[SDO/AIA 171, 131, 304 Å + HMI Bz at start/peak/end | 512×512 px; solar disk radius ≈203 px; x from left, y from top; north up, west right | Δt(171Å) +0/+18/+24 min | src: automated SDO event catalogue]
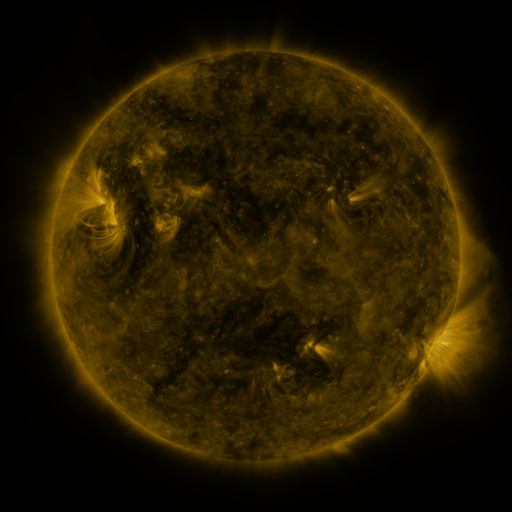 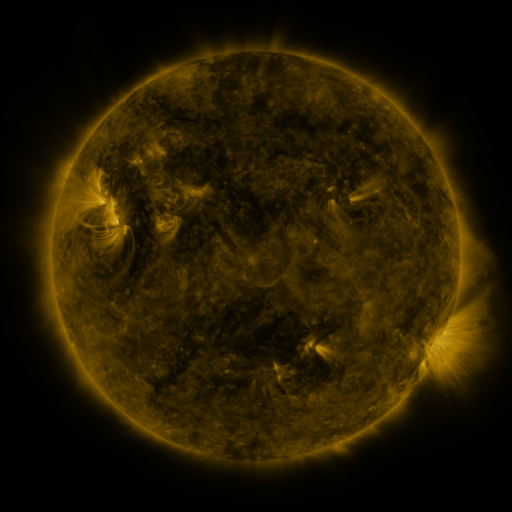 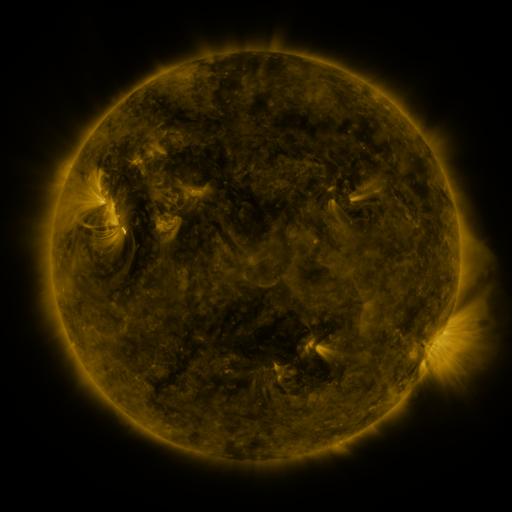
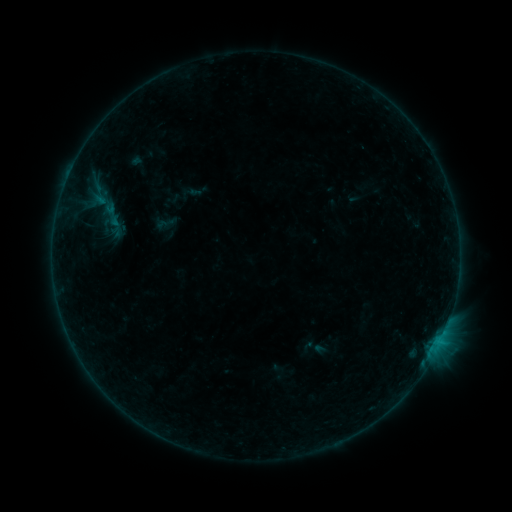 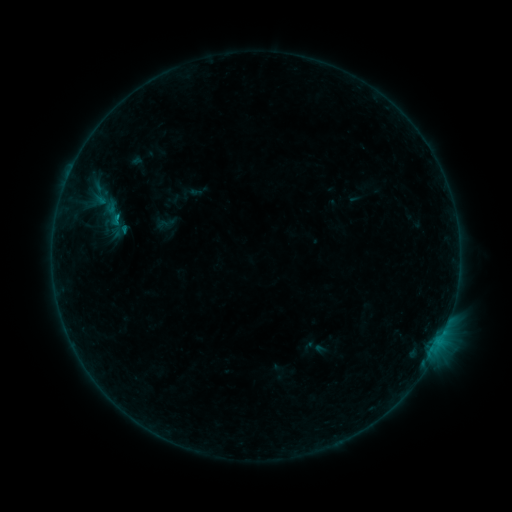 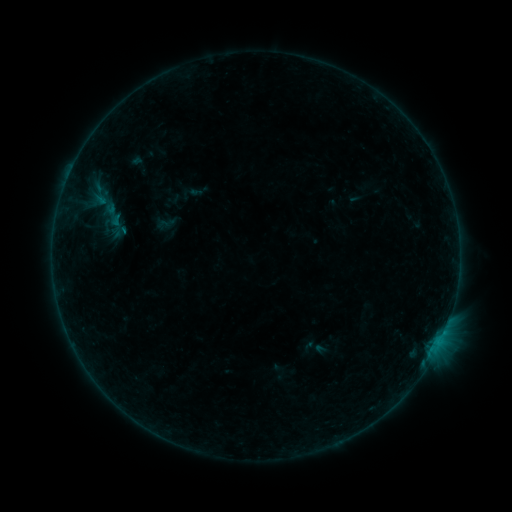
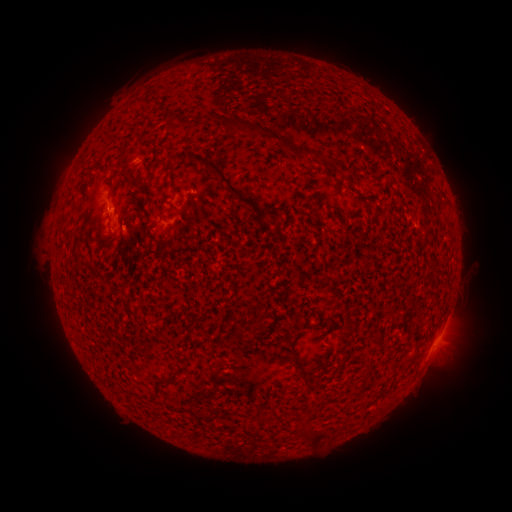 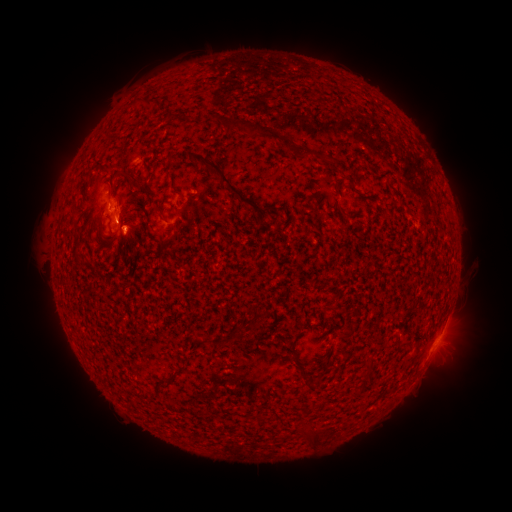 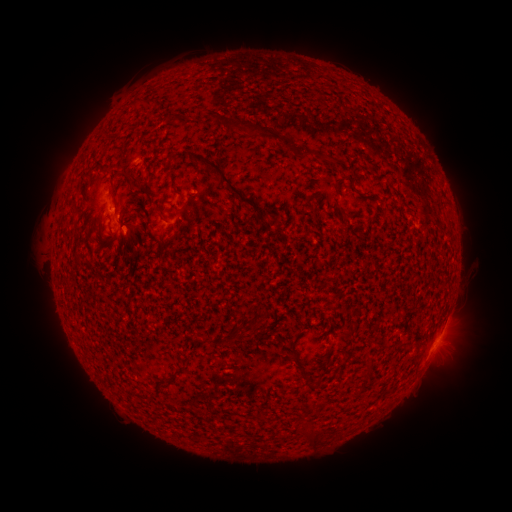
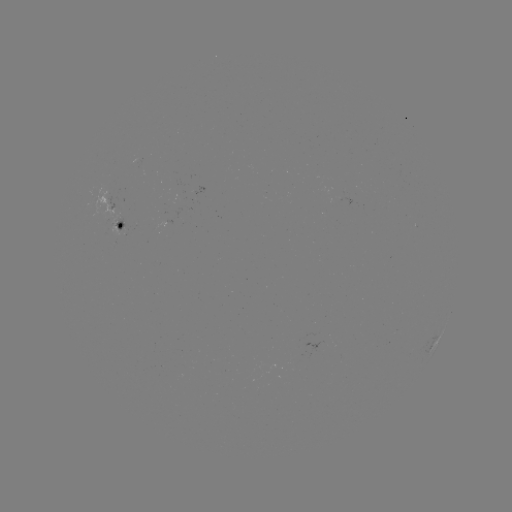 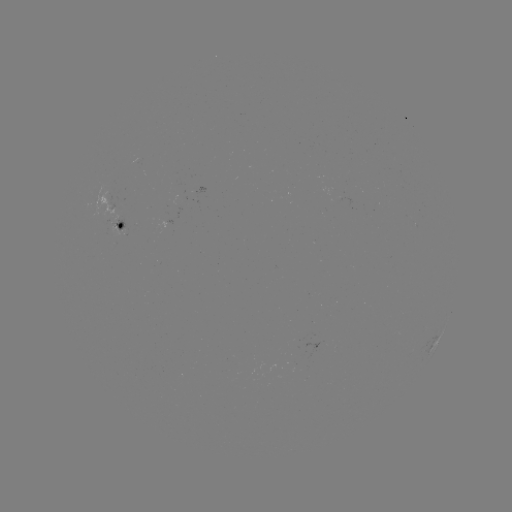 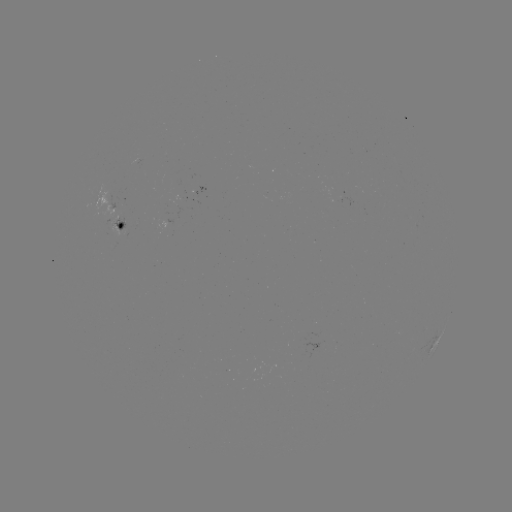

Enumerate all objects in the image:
B4.8 flare: (124, 232)
